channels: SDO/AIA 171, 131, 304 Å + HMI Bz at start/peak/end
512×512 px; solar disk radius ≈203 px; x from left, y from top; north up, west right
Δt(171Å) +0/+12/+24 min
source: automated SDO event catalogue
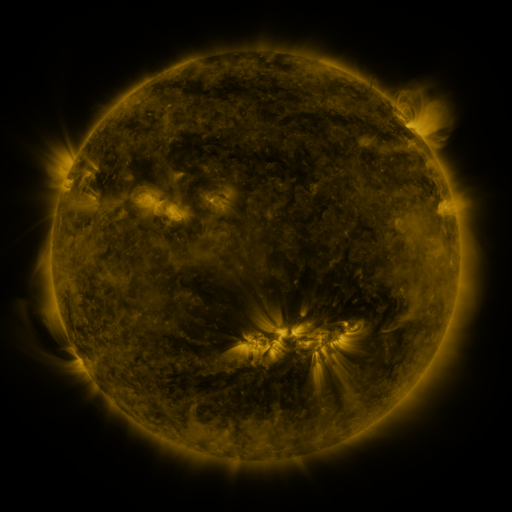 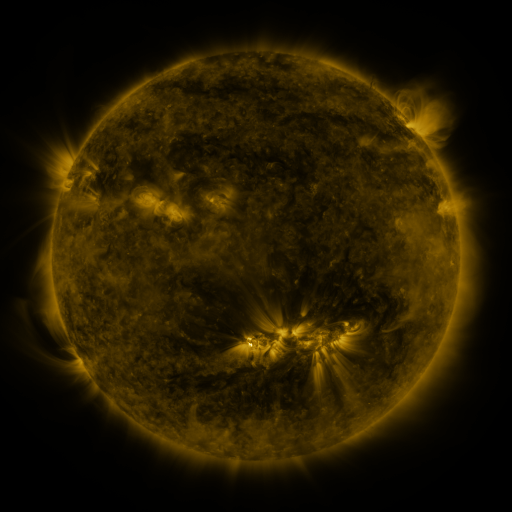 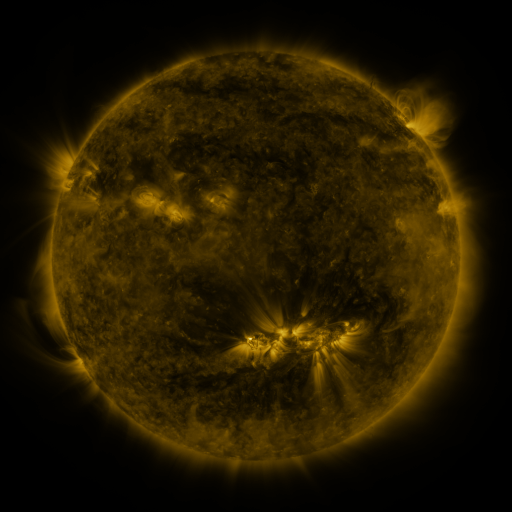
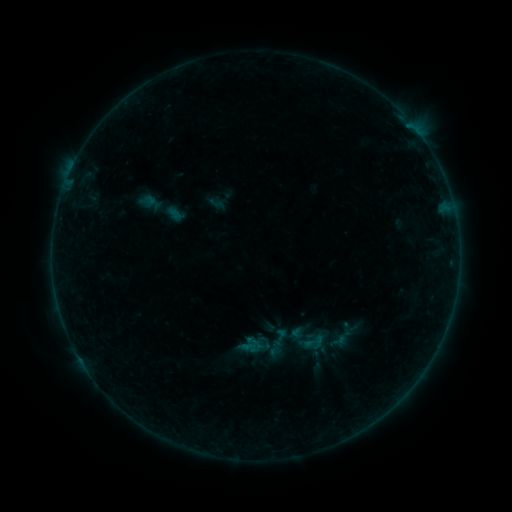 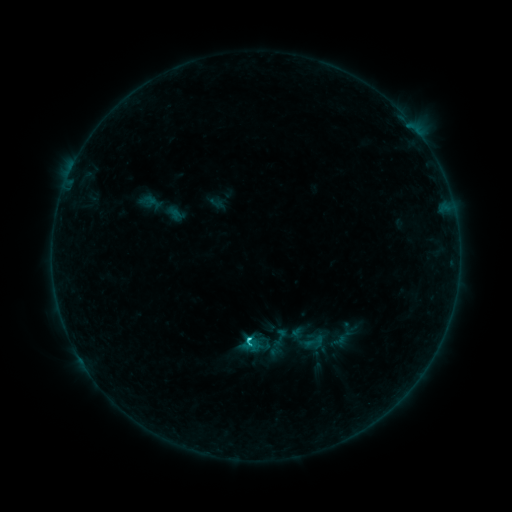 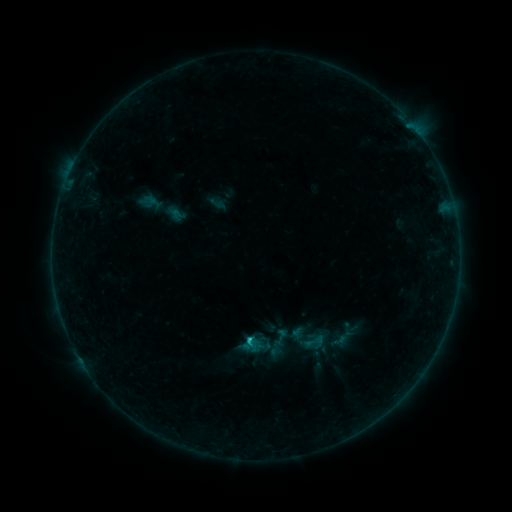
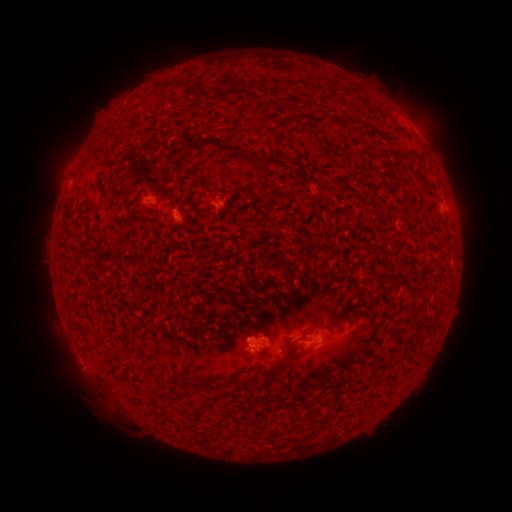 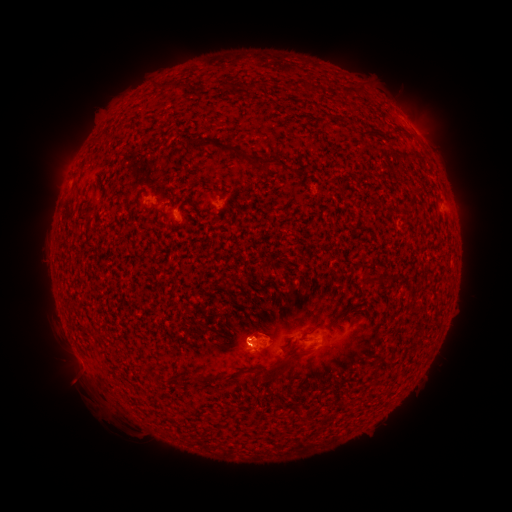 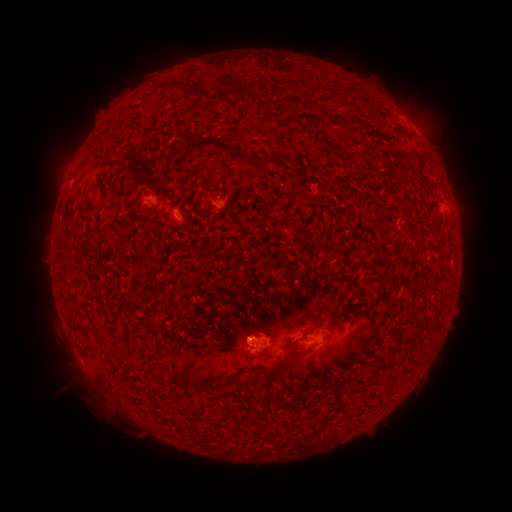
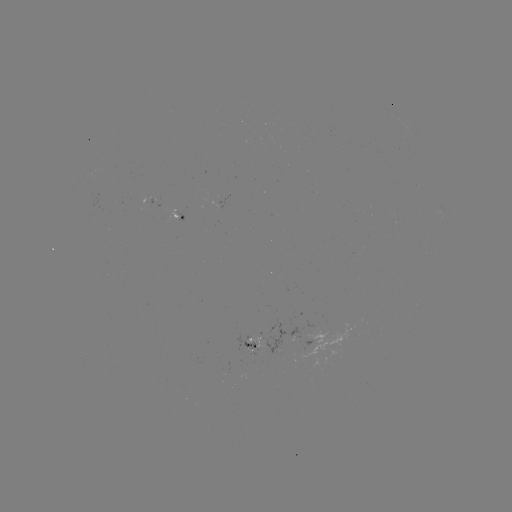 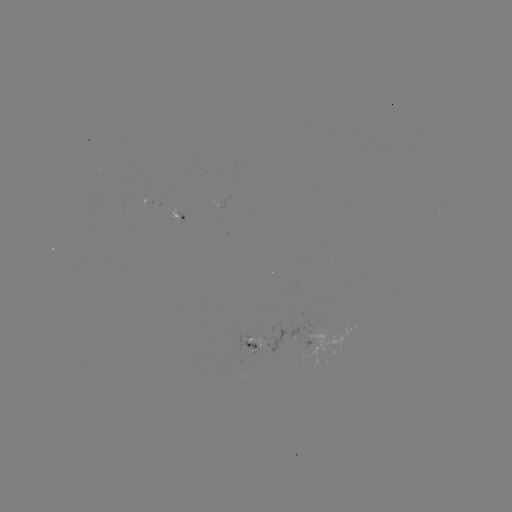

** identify C1.0 flare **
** [249, 336] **